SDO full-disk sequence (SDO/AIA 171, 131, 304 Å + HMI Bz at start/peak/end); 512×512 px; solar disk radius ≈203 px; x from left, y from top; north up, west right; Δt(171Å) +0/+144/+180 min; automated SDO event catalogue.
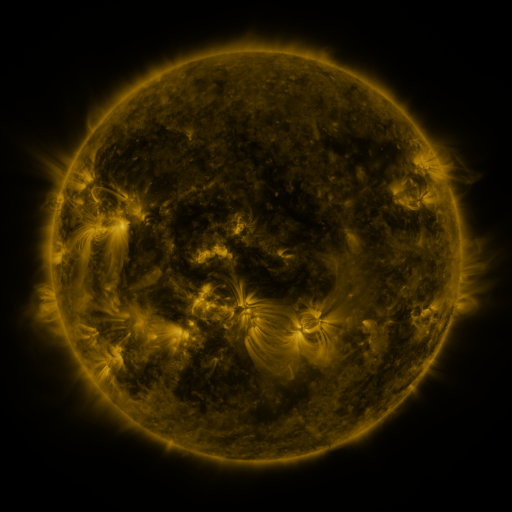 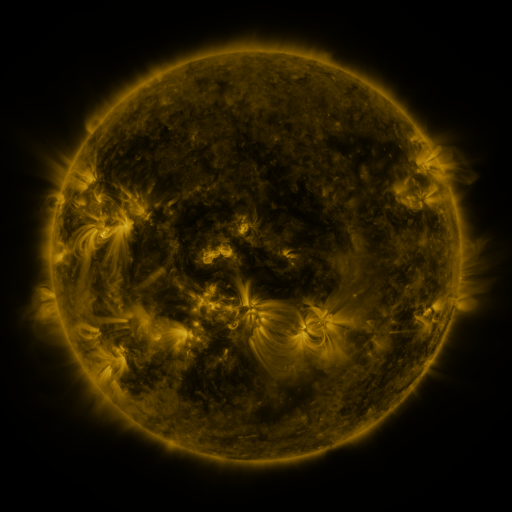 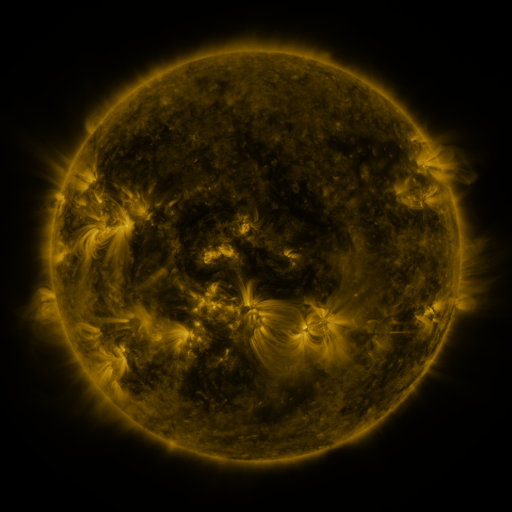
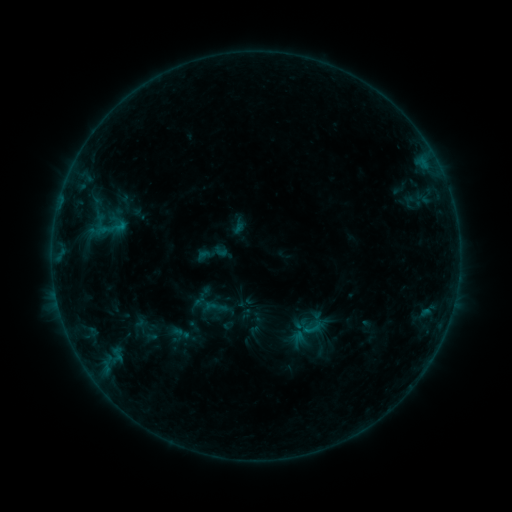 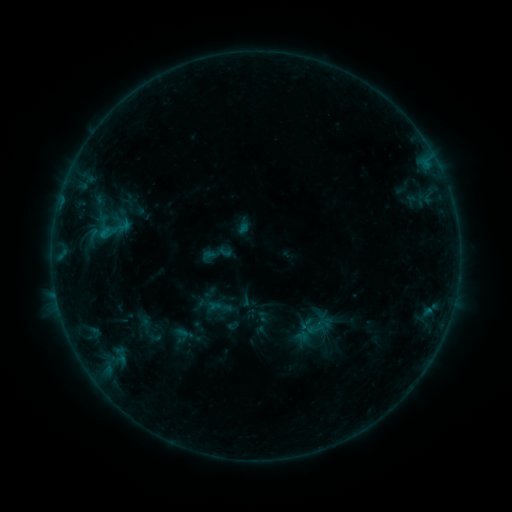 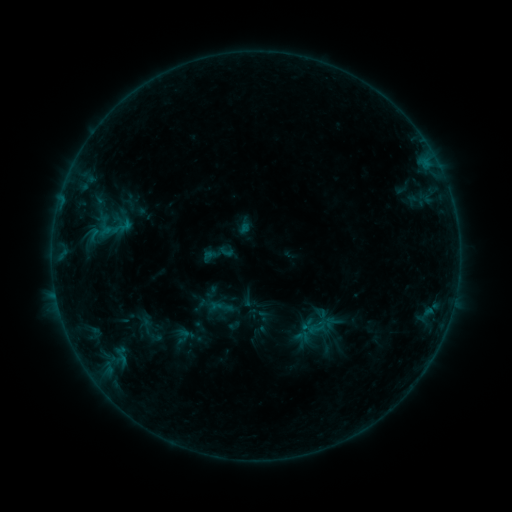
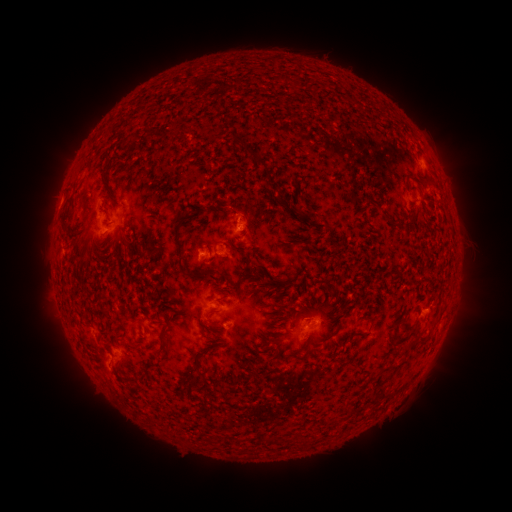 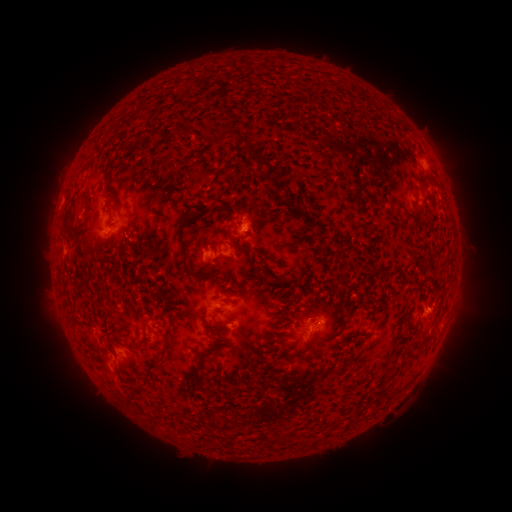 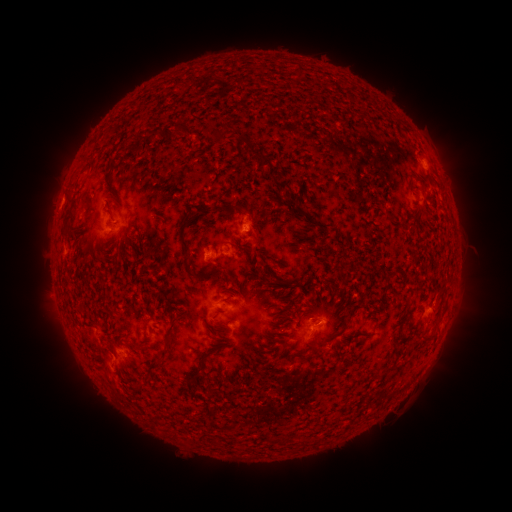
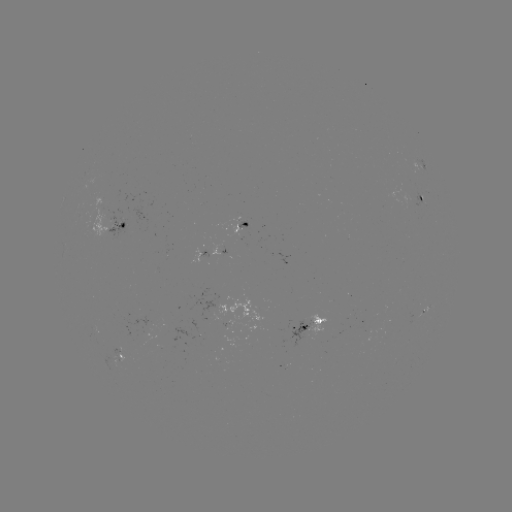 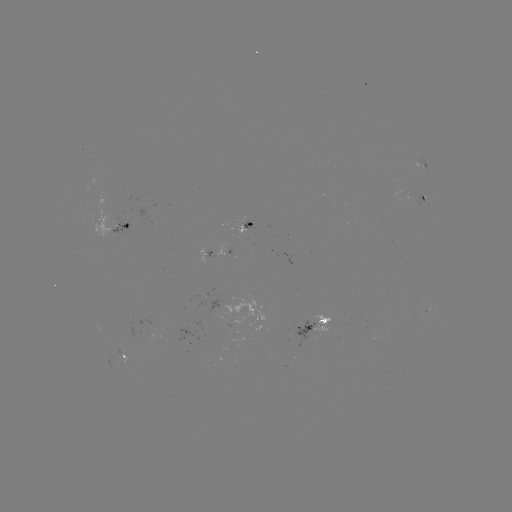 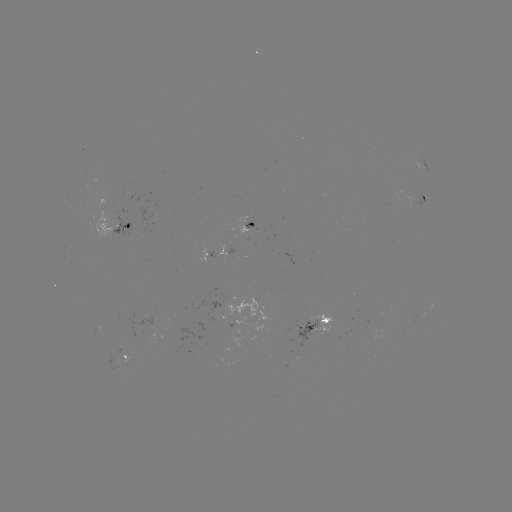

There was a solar emerging-flux region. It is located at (246, 229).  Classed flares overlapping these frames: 1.